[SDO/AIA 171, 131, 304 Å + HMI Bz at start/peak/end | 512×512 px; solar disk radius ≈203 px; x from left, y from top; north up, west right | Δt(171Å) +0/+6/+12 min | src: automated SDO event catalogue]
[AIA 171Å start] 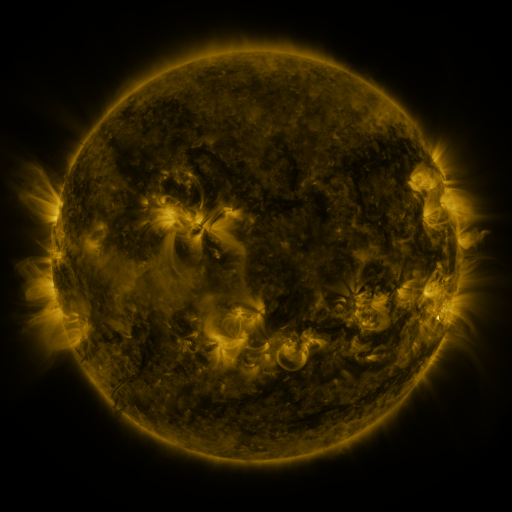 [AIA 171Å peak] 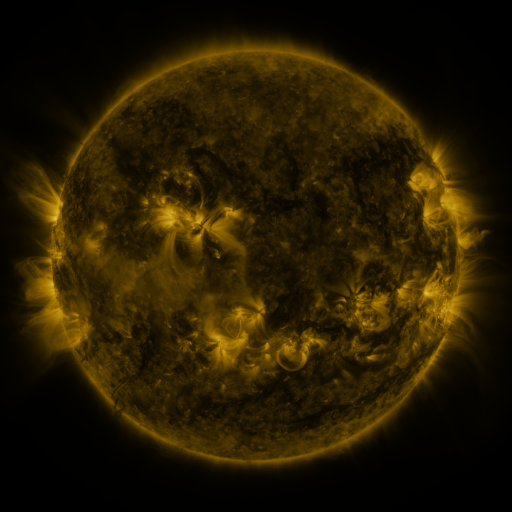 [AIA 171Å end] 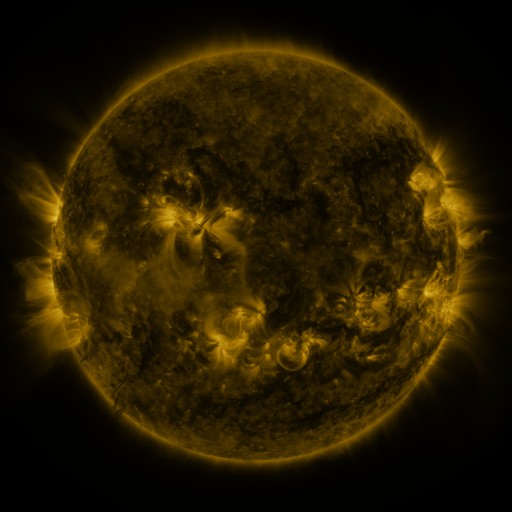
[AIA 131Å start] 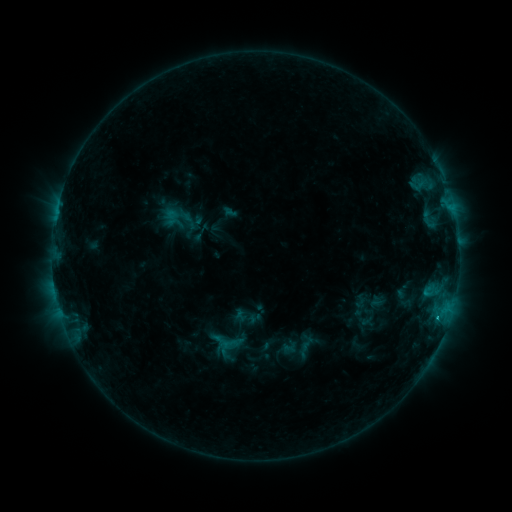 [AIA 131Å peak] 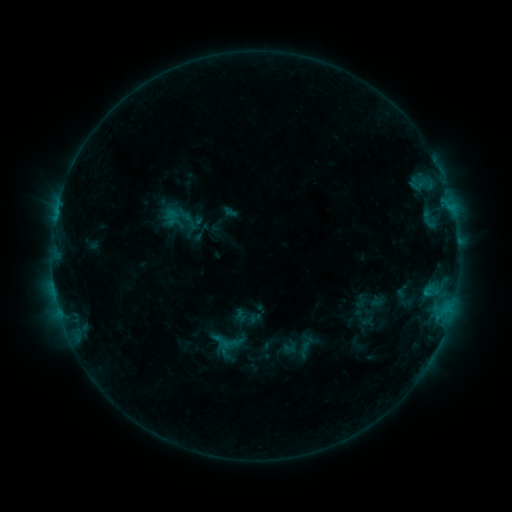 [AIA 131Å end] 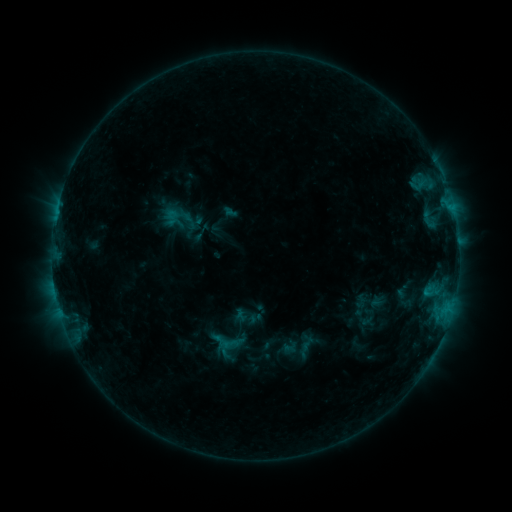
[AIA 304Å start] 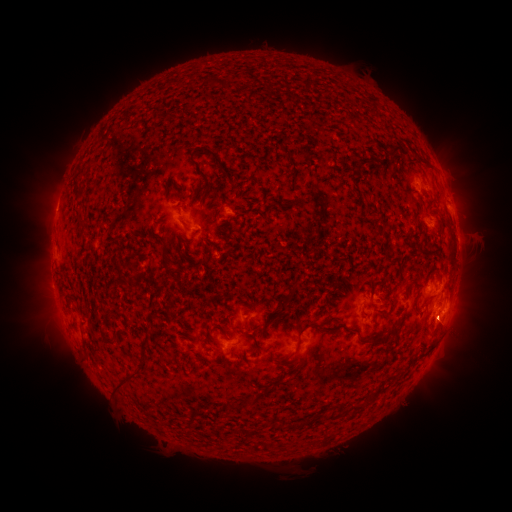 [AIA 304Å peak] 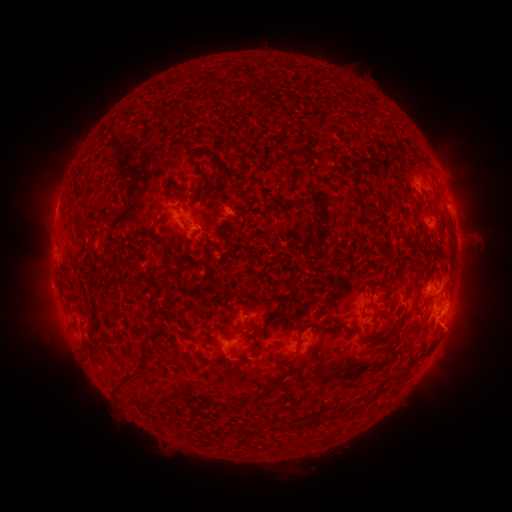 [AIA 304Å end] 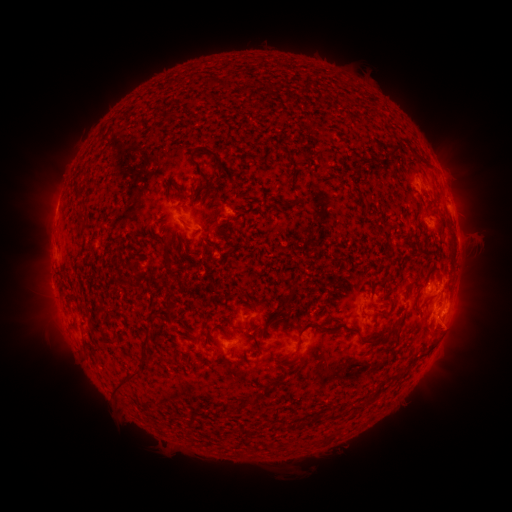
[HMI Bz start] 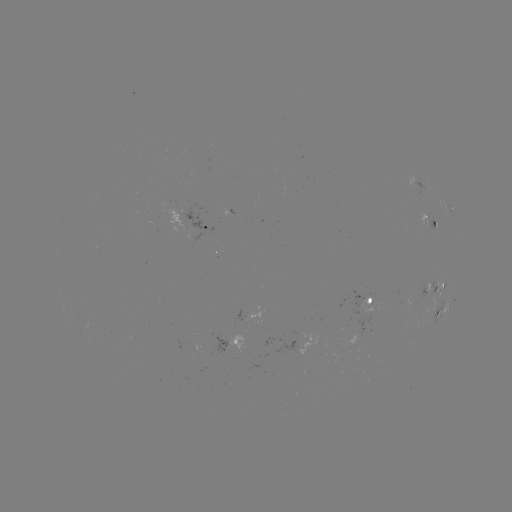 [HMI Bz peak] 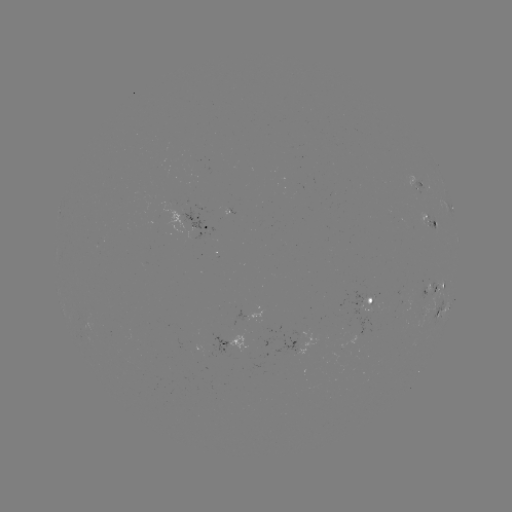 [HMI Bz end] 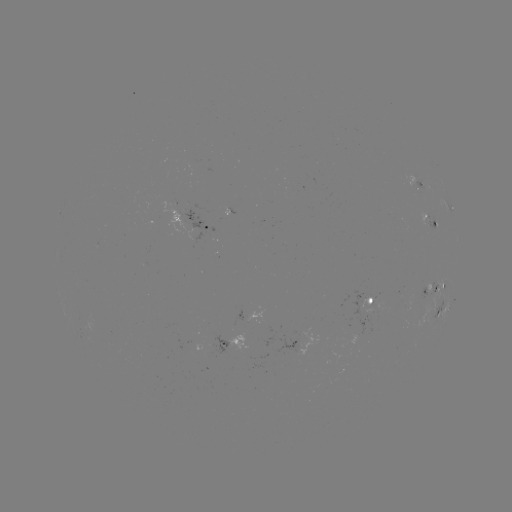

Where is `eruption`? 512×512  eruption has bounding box [421, 307, 479, 362].